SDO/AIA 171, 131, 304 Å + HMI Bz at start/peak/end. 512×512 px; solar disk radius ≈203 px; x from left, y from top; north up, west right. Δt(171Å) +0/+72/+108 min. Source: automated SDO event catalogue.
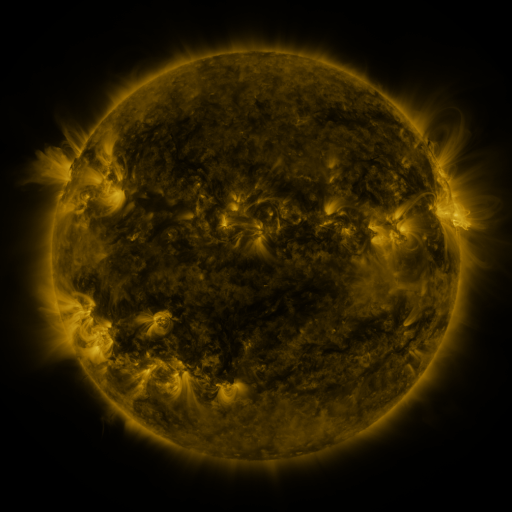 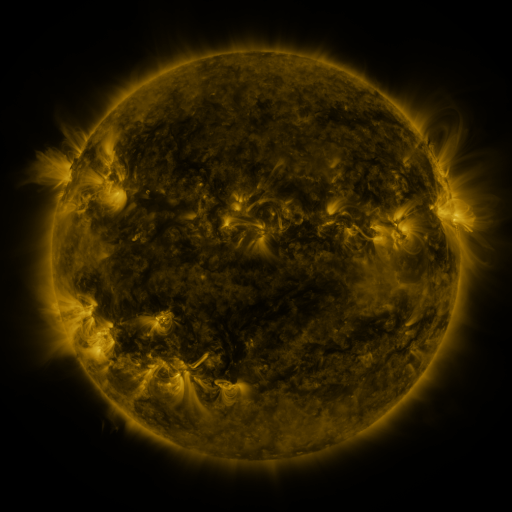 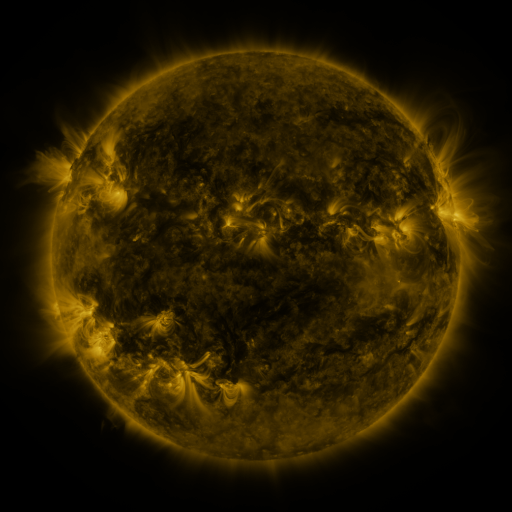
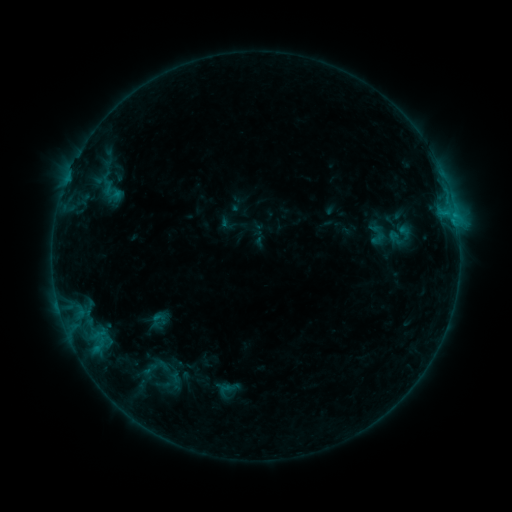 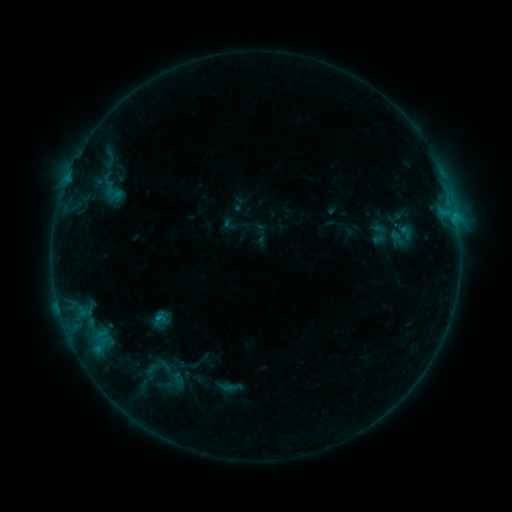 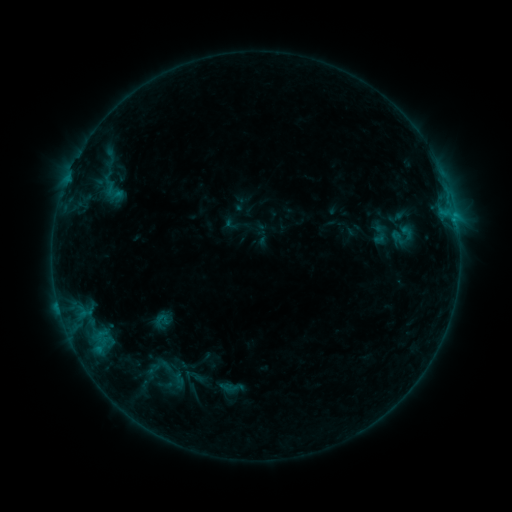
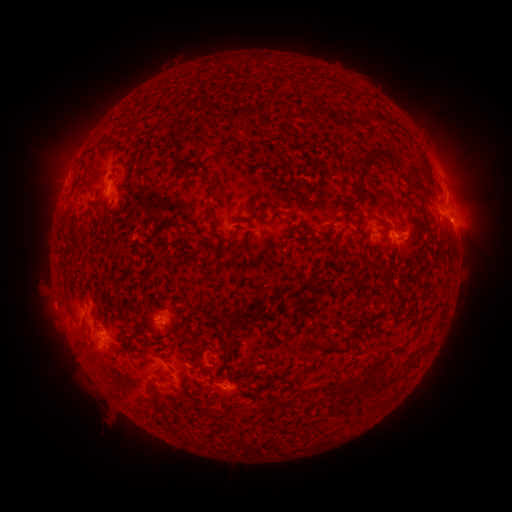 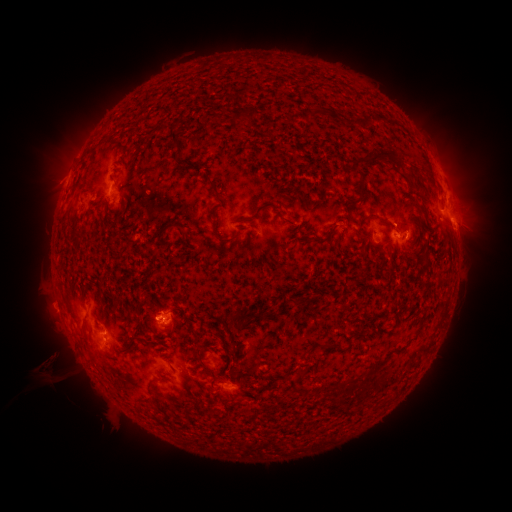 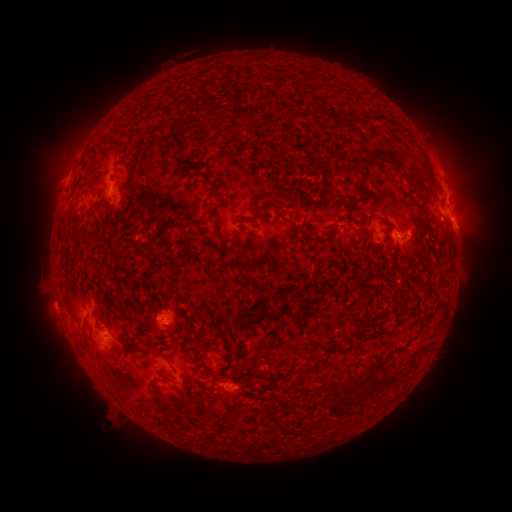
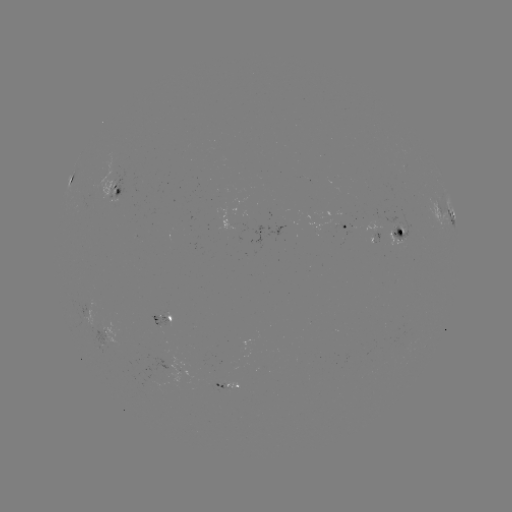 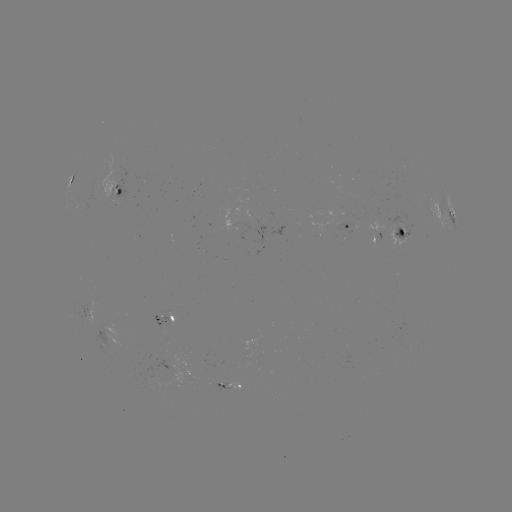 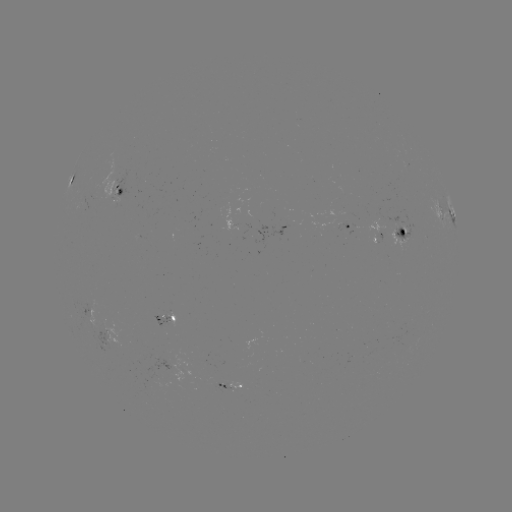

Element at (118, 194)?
emerging-flux region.